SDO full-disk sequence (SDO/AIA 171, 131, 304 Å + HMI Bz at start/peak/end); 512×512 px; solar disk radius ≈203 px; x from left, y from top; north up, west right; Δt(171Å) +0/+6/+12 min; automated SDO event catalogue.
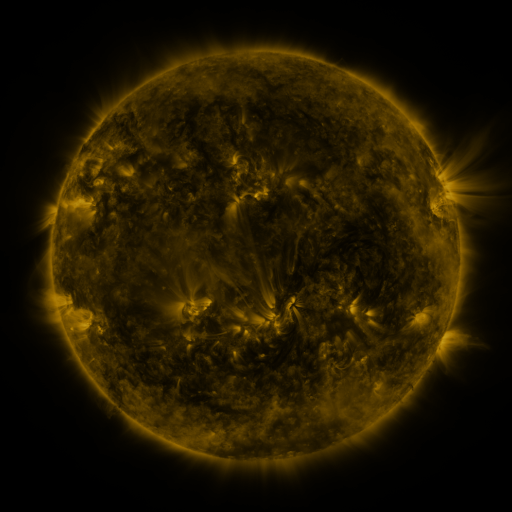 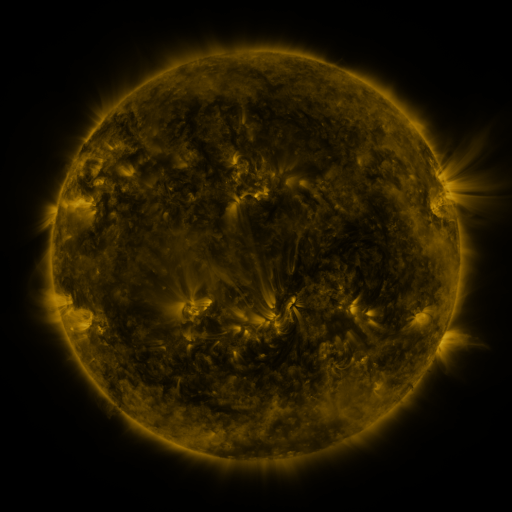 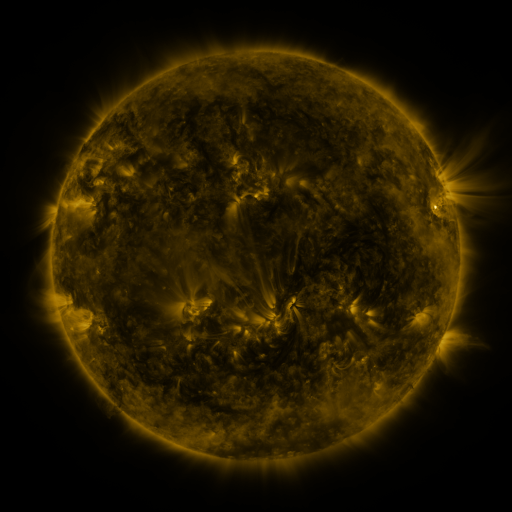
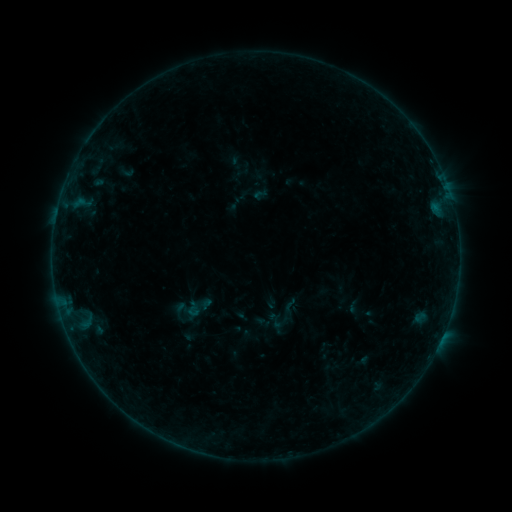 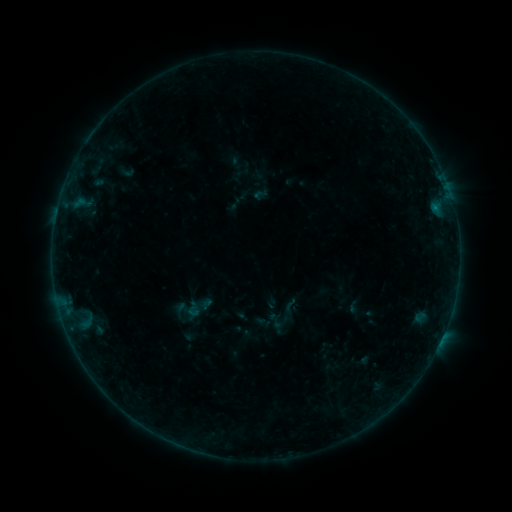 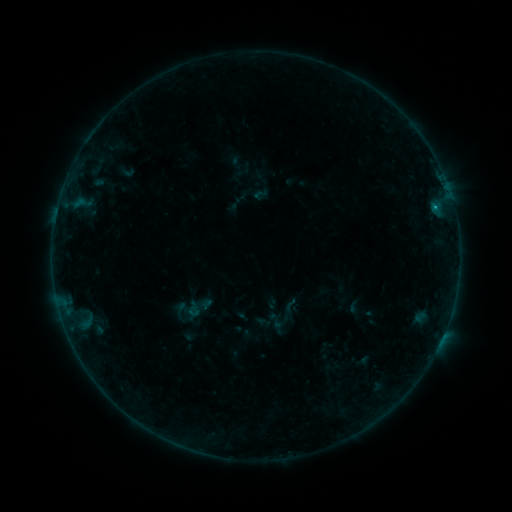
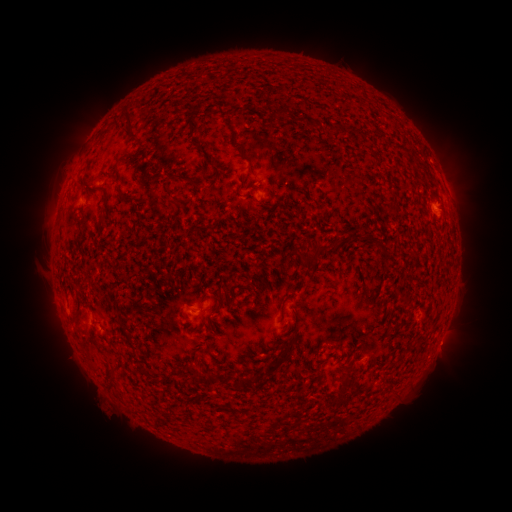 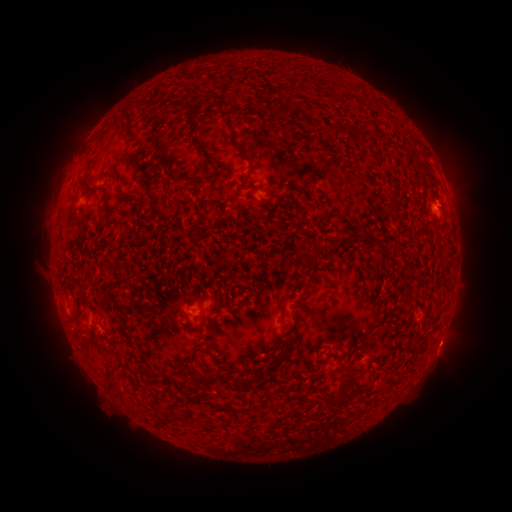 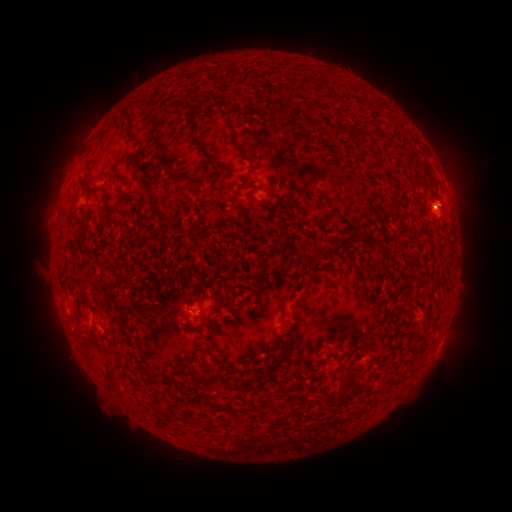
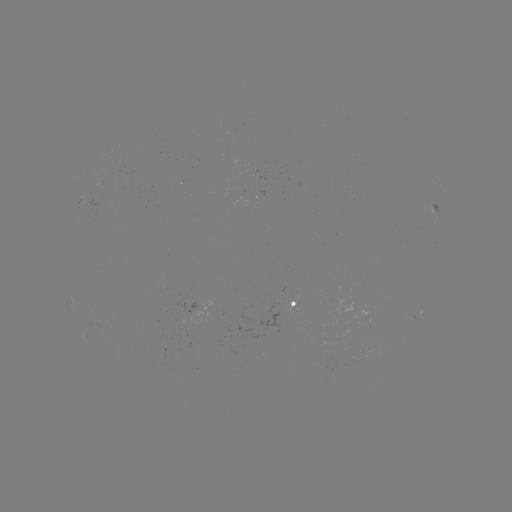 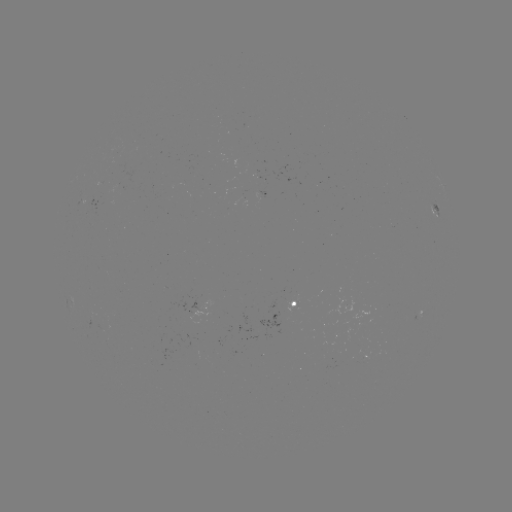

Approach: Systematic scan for eruption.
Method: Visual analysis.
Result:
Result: eruption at (448, 347).